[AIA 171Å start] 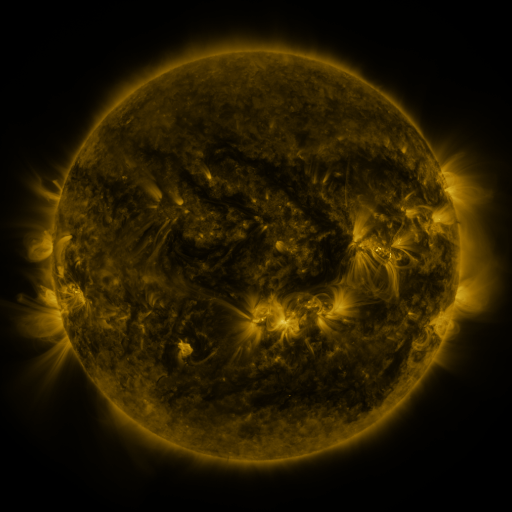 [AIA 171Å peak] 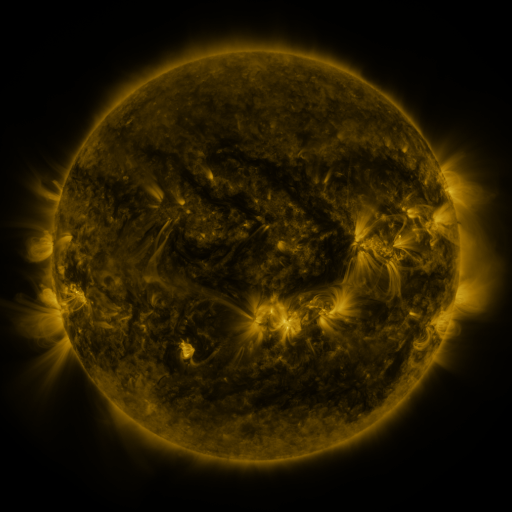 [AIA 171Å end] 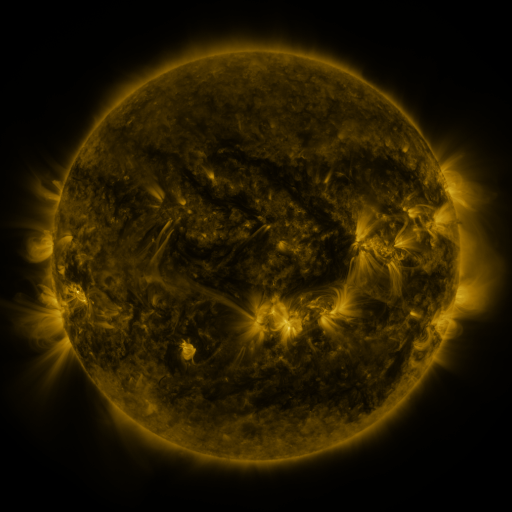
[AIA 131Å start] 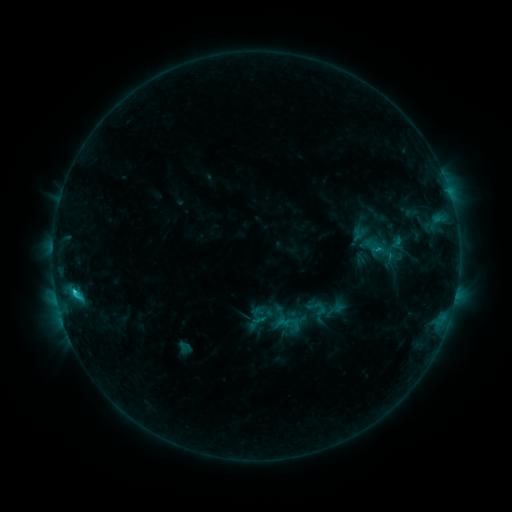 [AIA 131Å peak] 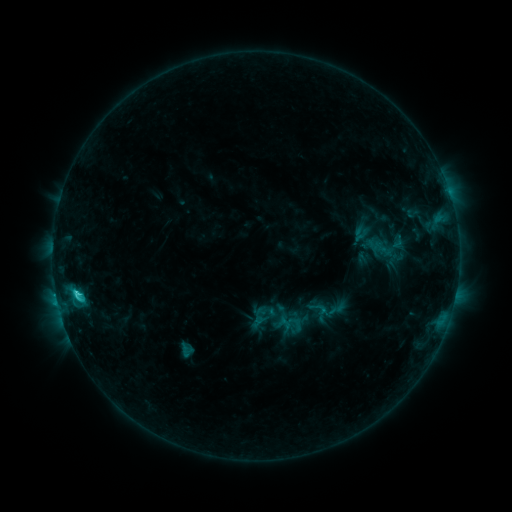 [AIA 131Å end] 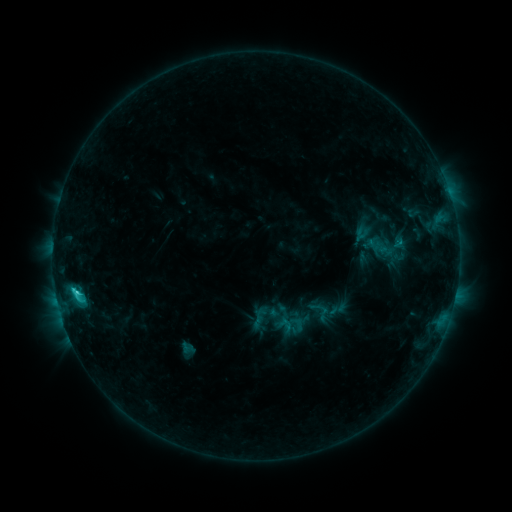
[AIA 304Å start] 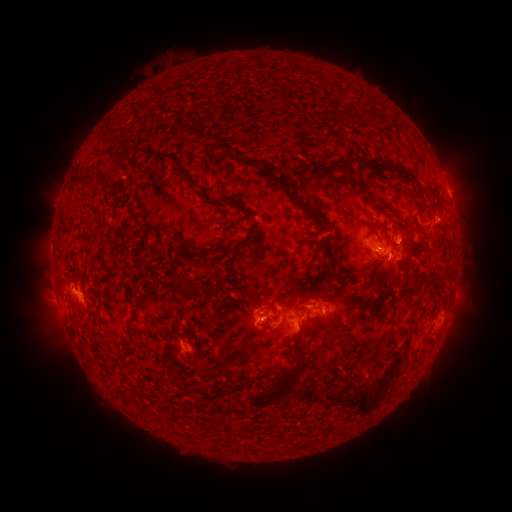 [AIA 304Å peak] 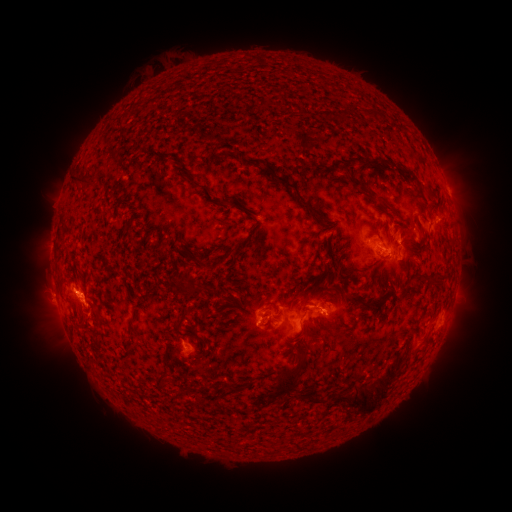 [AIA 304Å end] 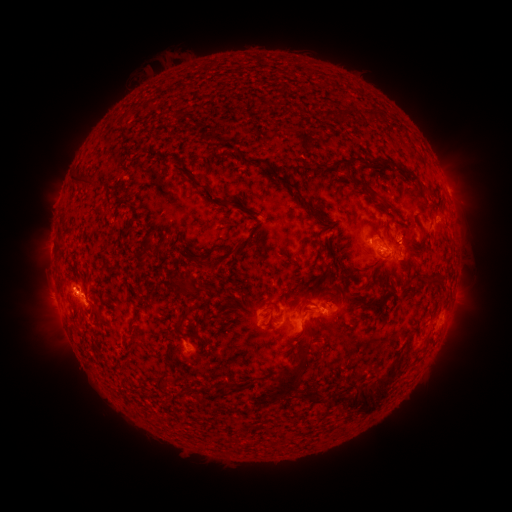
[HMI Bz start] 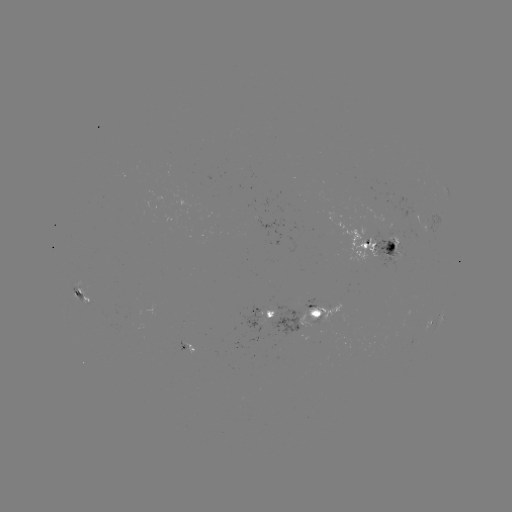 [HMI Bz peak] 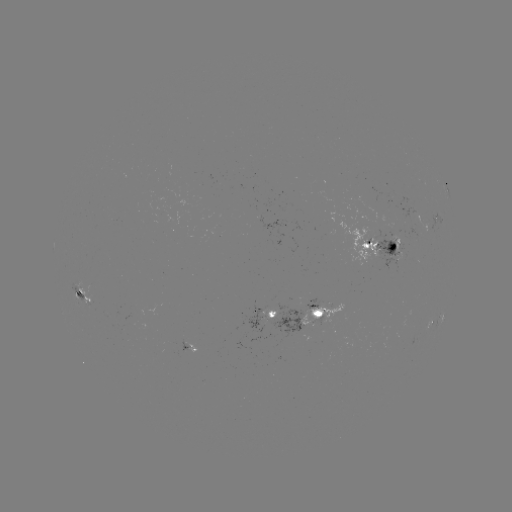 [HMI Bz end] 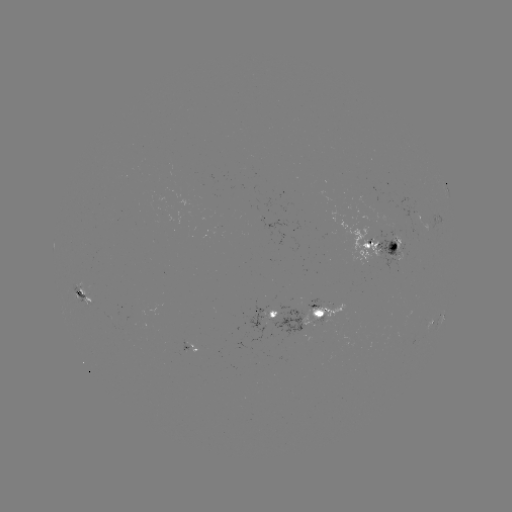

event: emerging-flux region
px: (308, 305)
